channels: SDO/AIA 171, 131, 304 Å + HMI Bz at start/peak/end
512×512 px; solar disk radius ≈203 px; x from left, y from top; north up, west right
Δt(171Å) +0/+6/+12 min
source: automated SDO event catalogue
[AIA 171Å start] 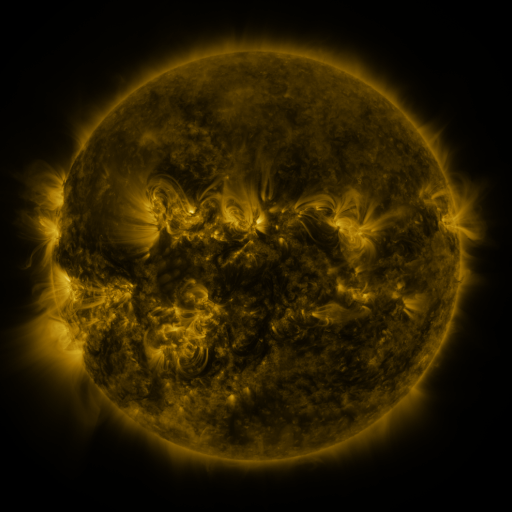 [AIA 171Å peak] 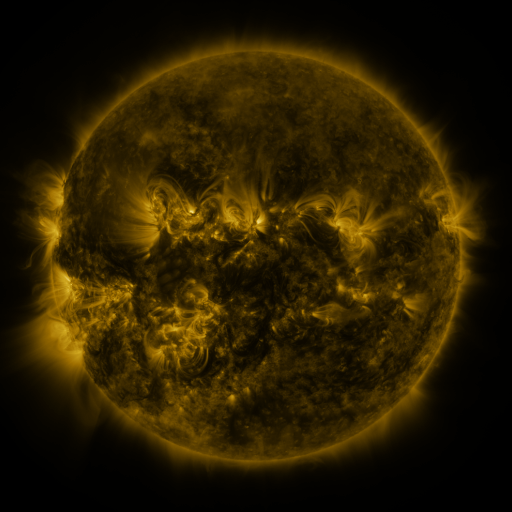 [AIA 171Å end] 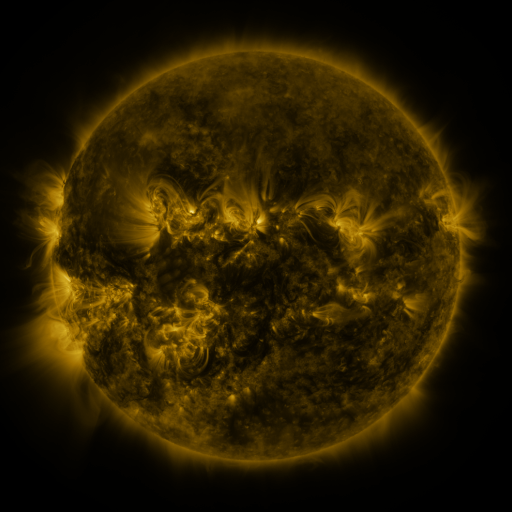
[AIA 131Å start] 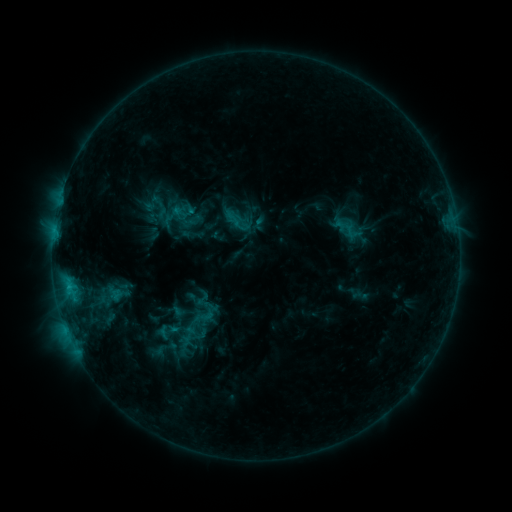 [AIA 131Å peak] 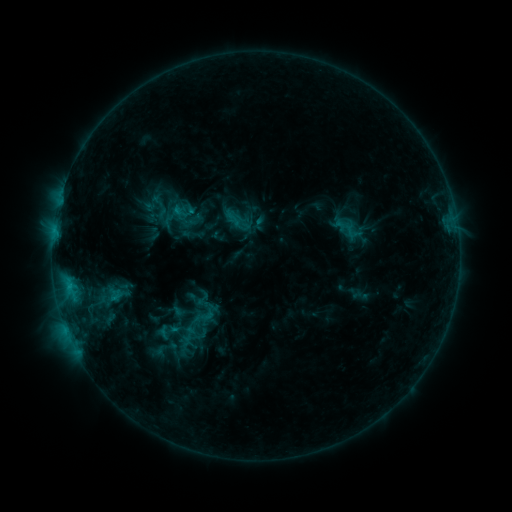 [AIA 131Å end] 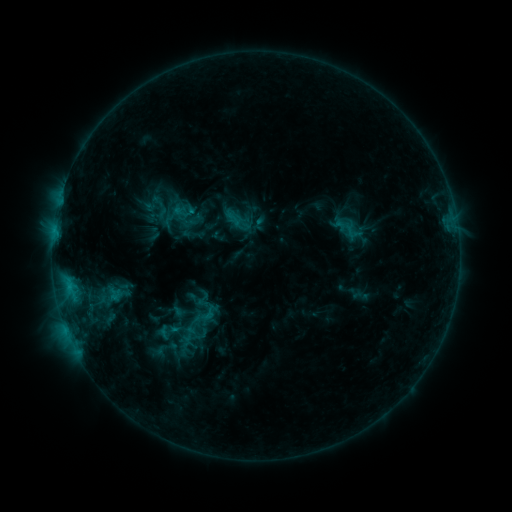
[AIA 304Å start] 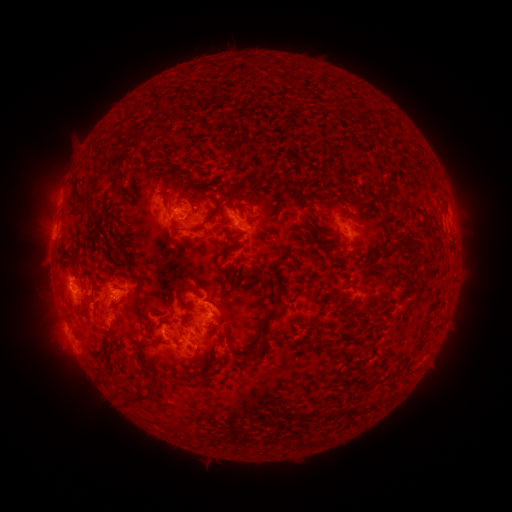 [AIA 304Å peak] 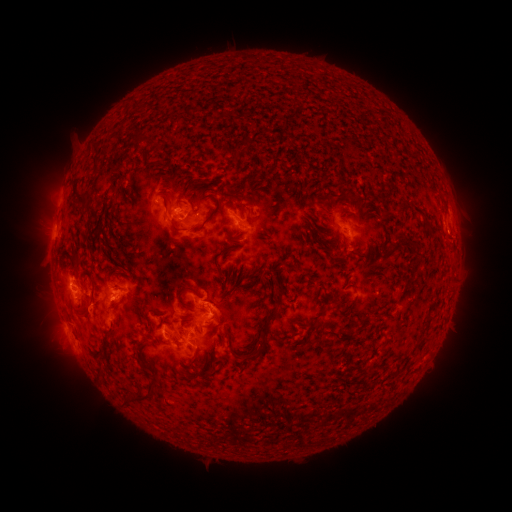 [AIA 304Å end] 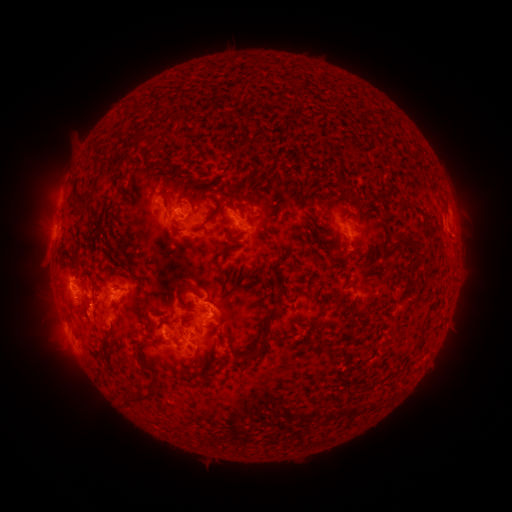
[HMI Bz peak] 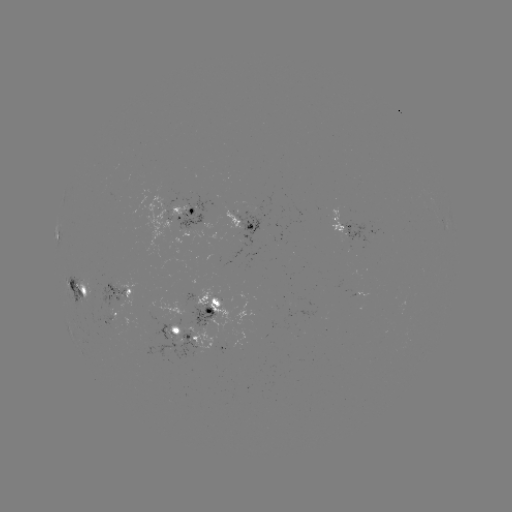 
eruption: (425, 210, 477, 257)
